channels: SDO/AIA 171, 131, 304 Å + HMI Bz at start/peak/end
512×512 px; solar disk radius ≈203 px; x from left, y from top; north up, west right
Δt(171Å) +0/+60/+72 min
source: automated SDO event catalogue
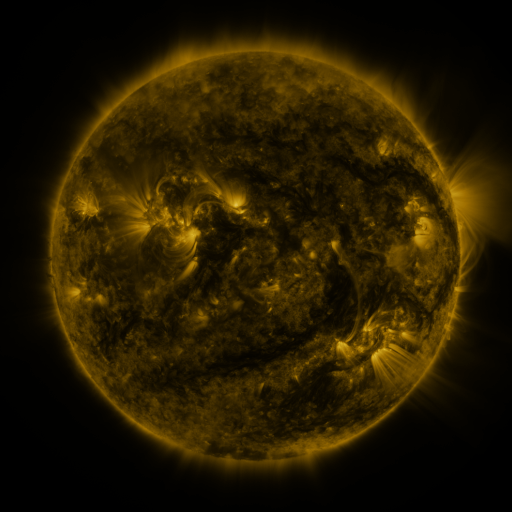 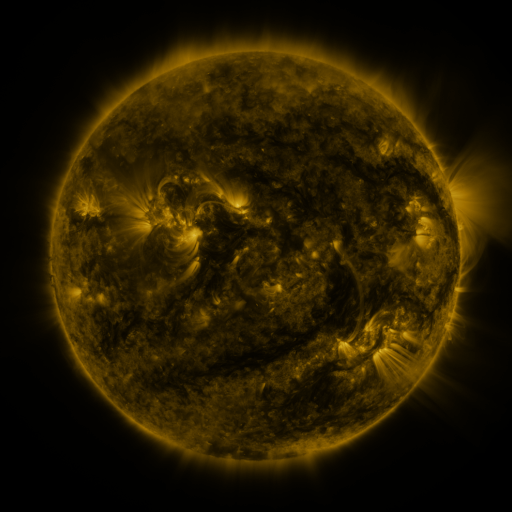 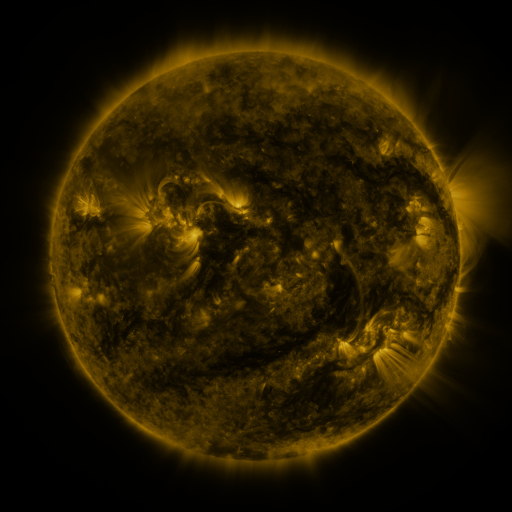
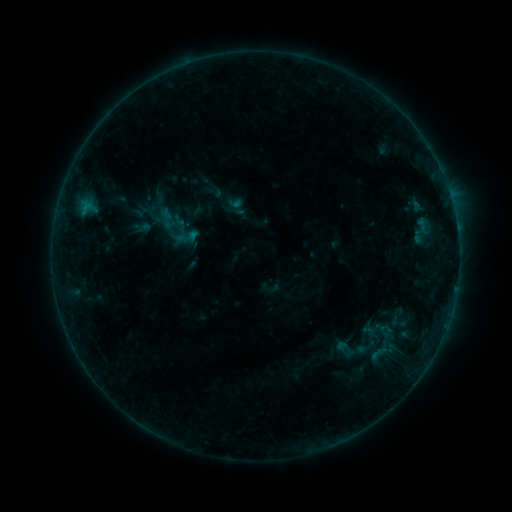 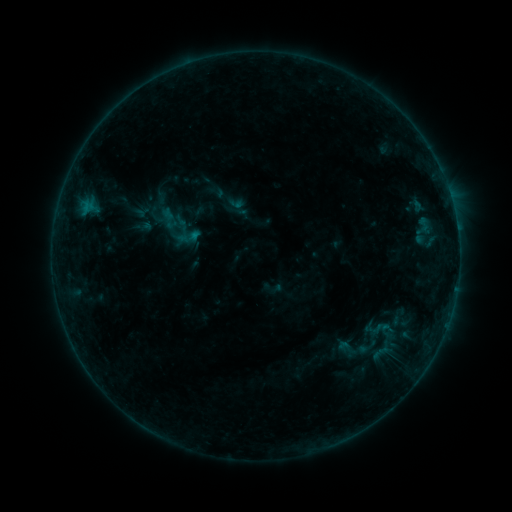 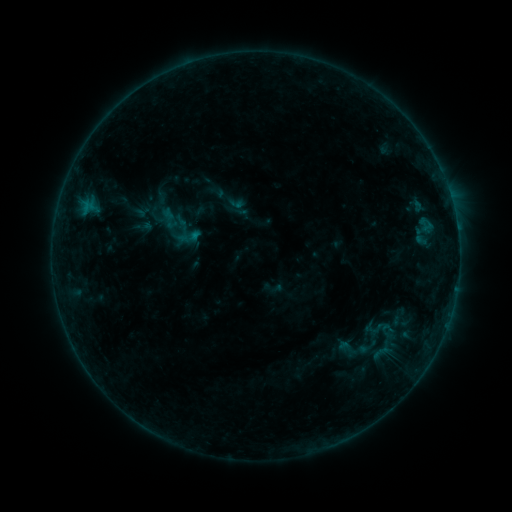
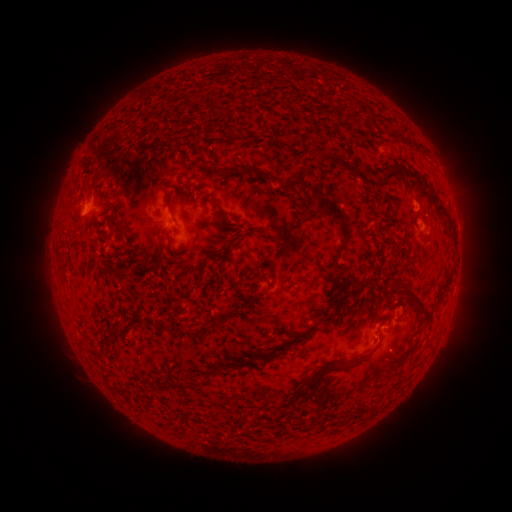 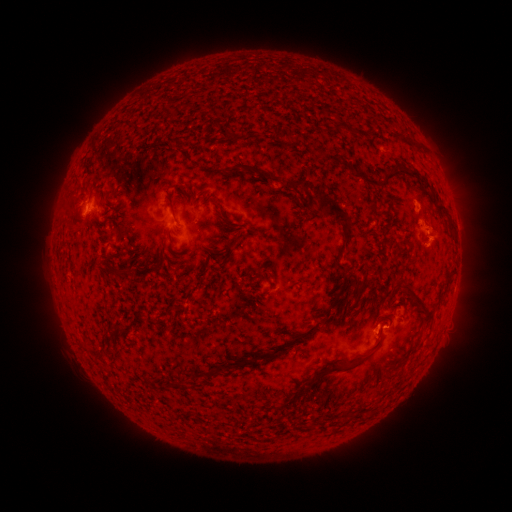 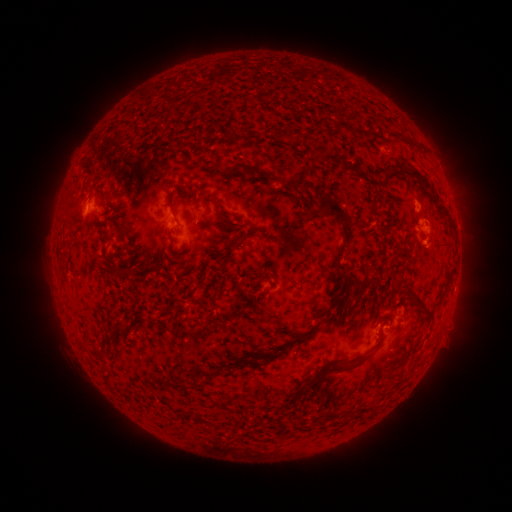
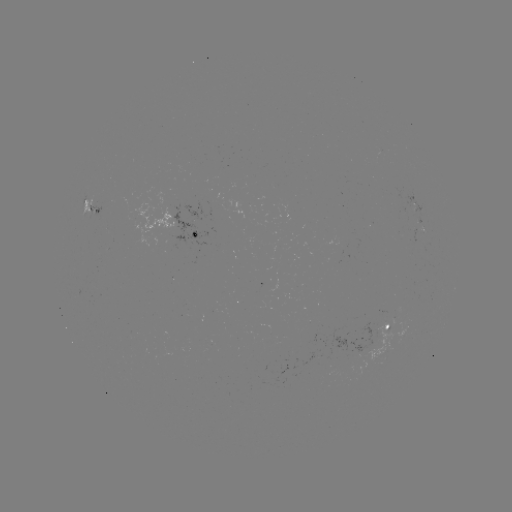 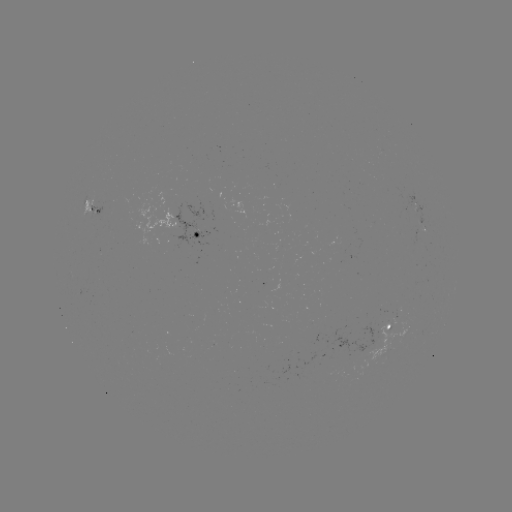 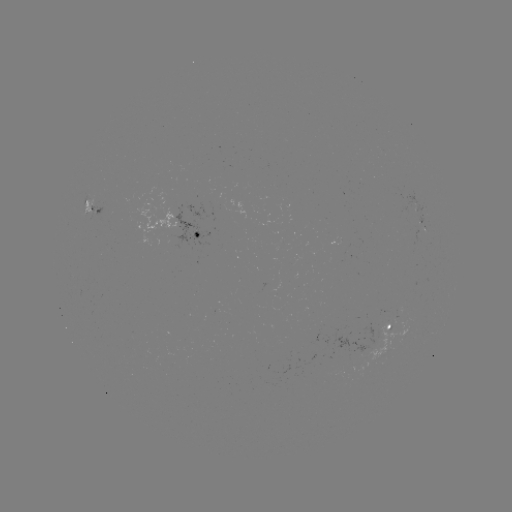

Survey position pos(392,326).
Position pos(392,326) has emerging-flux region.